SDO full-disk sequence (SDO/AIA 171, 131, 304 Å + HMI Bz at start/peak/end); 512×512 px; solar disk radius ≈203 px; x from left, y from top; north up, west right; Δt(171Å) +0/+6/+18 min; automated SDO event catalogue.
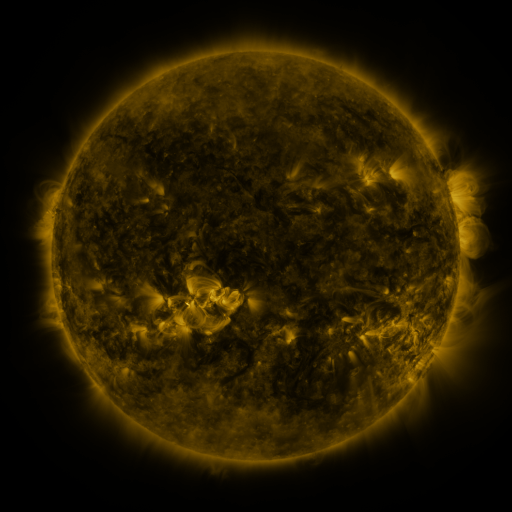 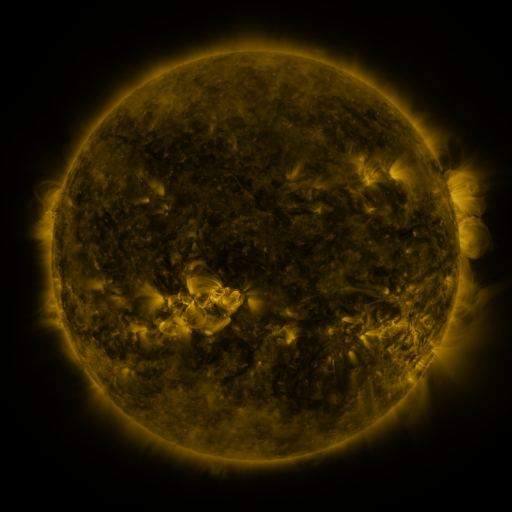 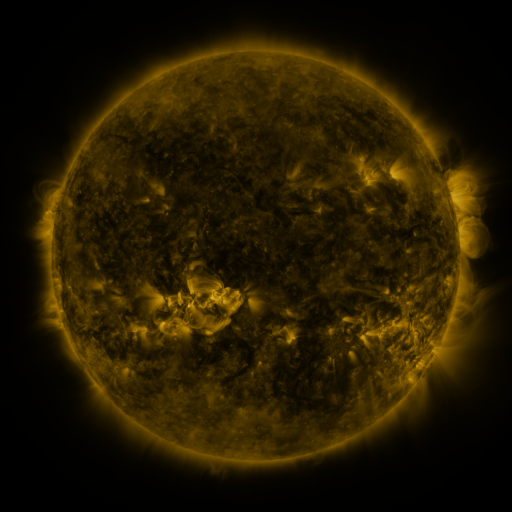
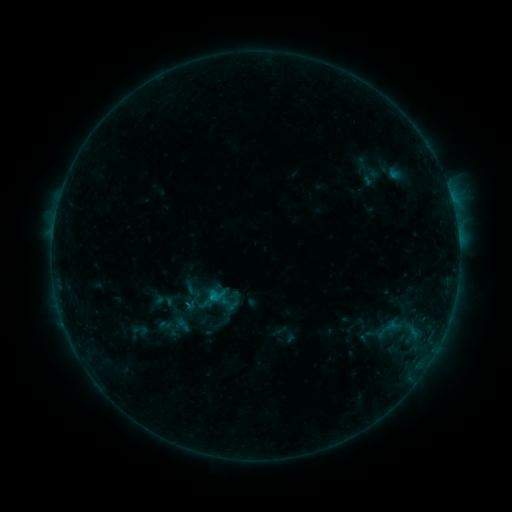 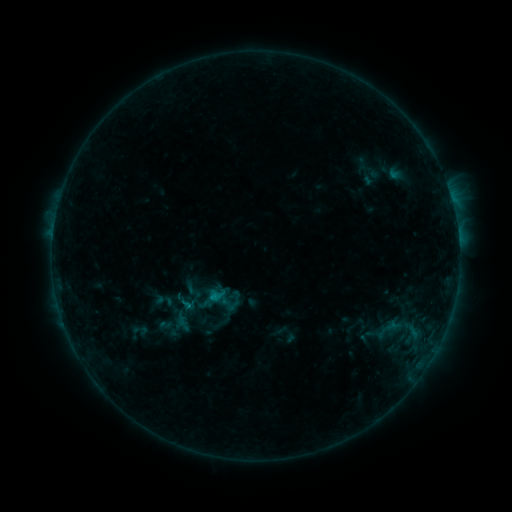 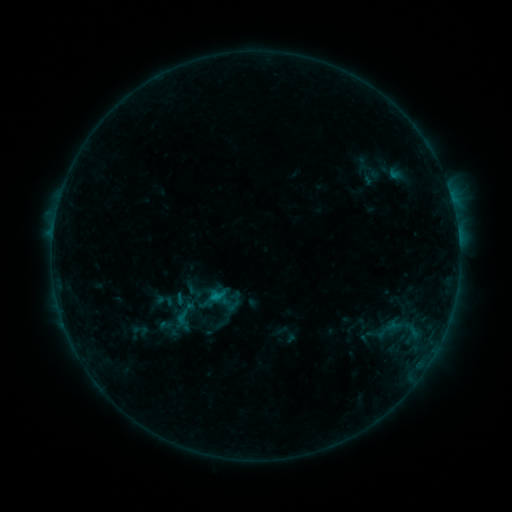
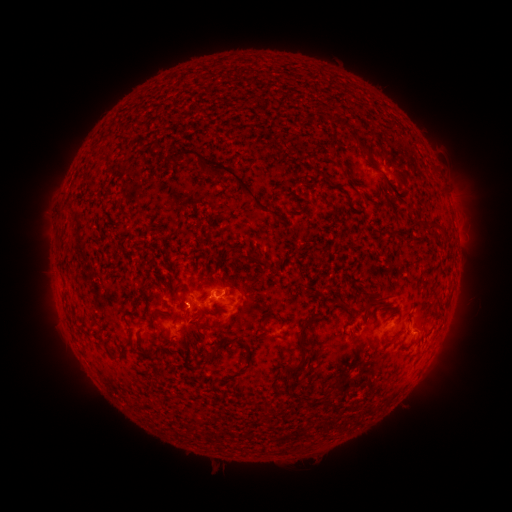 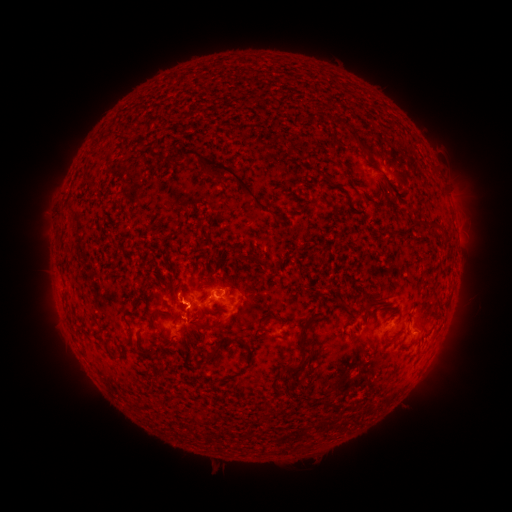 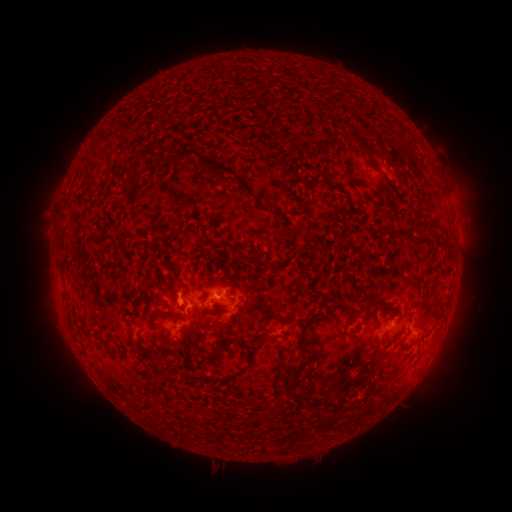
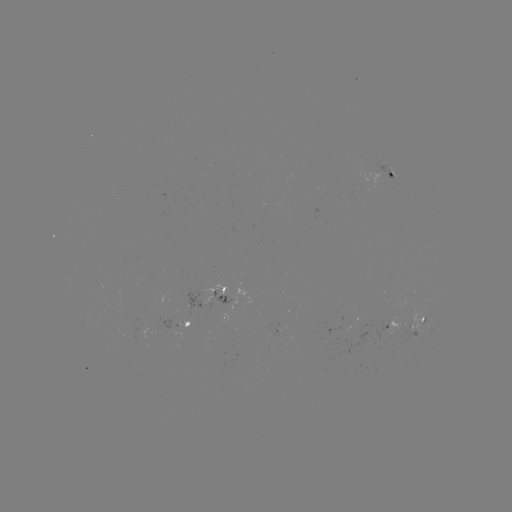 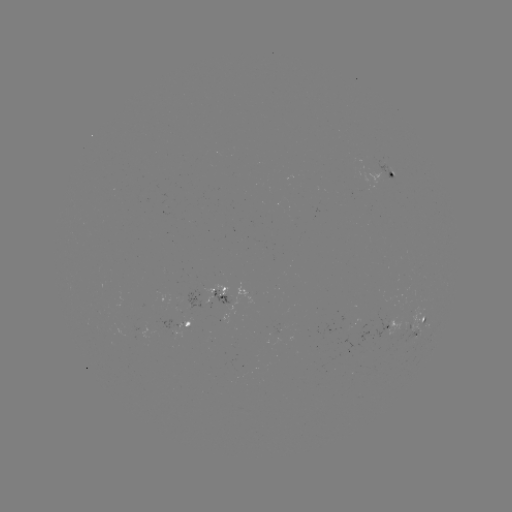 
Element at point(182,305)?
eruption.